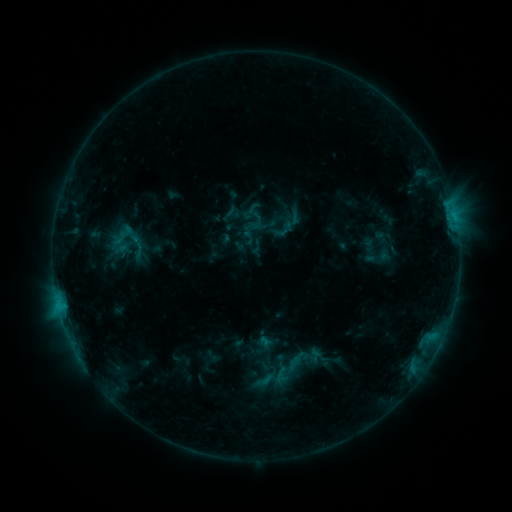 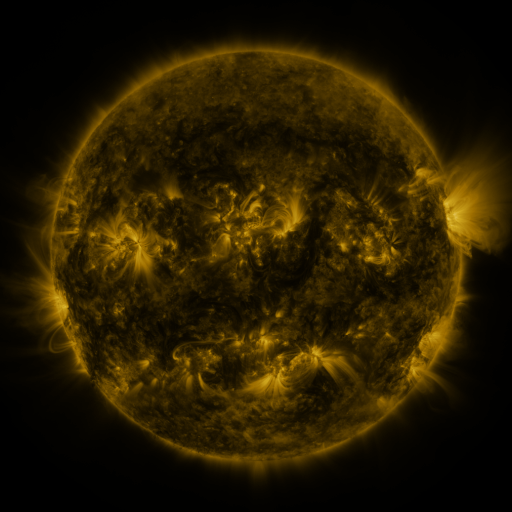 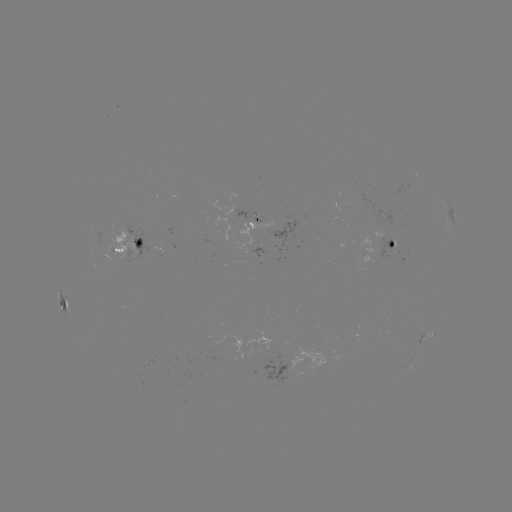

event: sigmoid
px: (120, 244)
